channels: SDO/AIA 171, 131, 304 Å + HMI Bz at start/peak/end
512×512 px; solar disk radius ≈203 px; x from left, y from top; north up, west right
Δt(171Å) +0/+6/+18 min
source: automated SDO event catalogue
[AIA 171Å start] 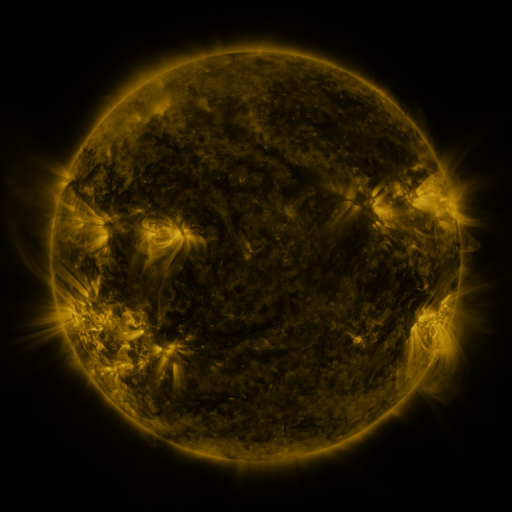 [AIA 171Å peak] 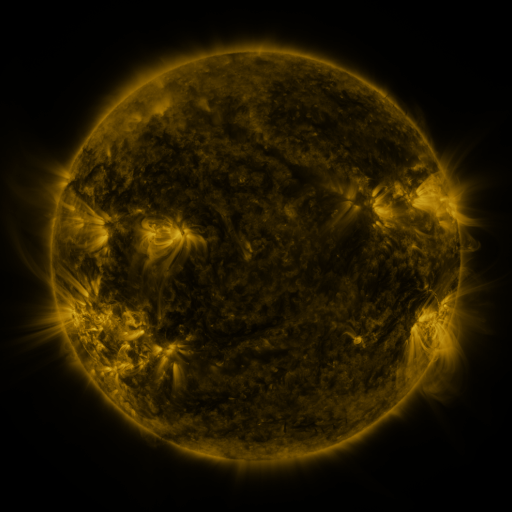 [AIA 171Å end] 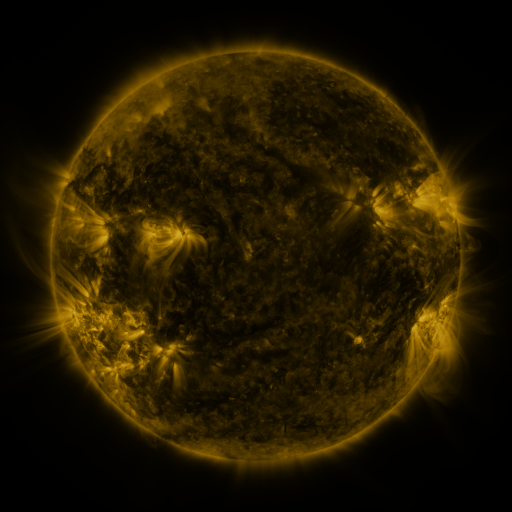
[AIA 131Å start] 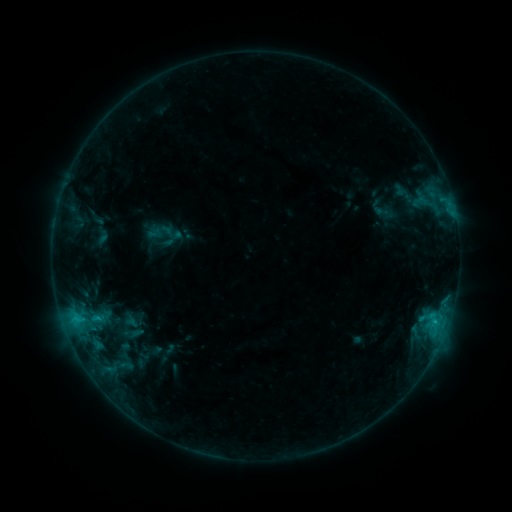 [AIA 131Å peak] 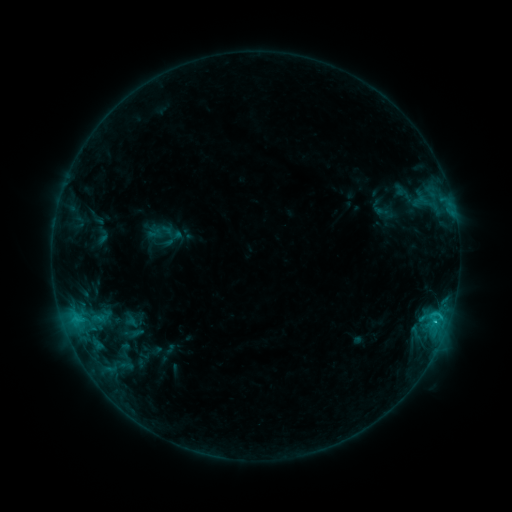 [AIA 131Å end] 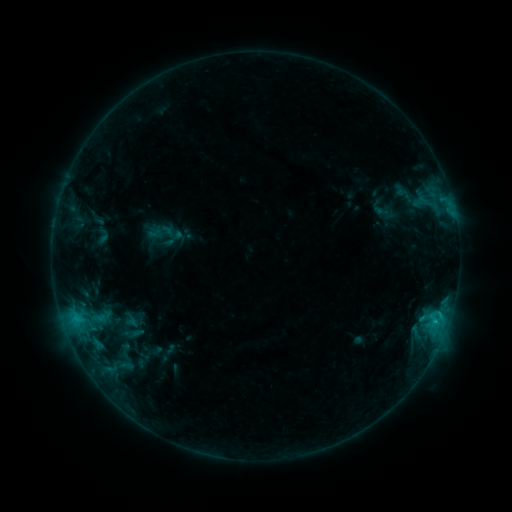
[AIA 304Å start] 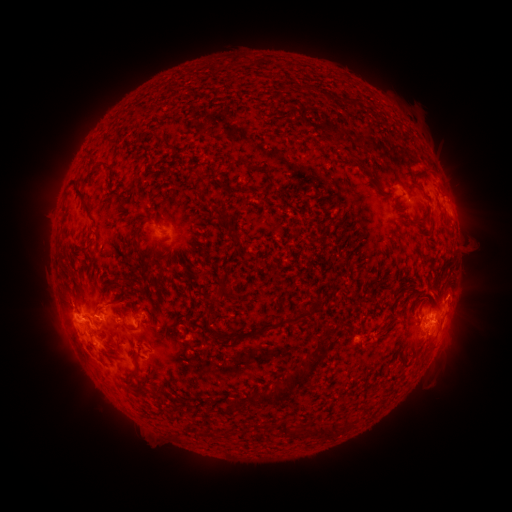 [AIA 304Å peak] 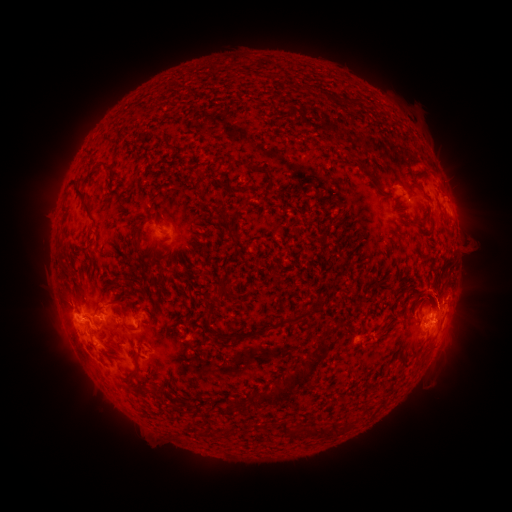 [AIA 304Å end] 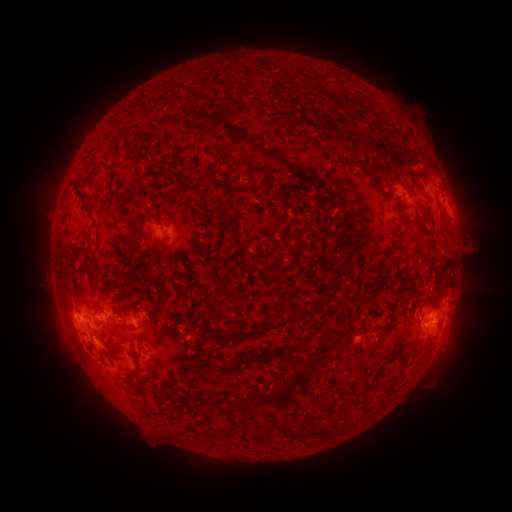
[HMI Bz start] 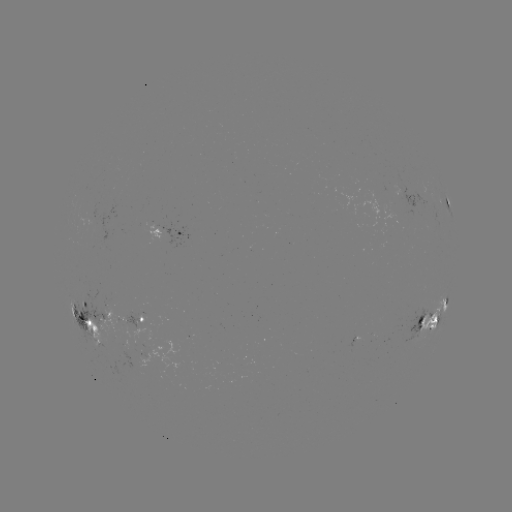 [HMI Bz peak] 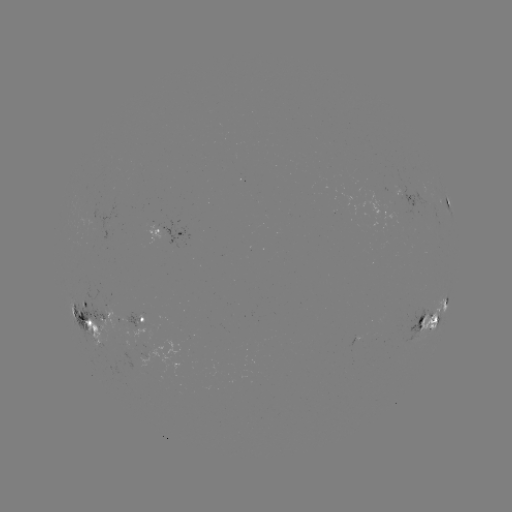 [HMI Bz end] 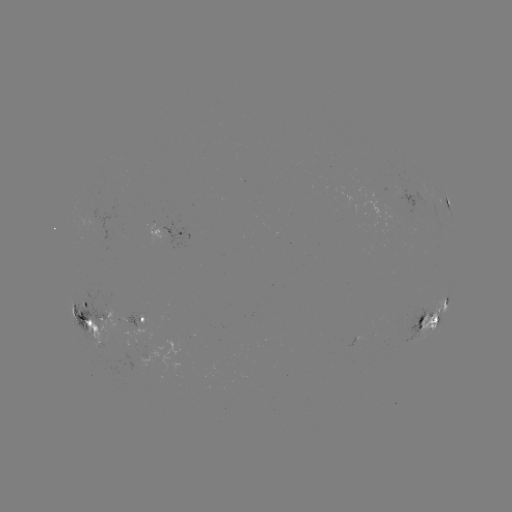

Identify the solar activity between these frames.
eruption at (440, 288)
